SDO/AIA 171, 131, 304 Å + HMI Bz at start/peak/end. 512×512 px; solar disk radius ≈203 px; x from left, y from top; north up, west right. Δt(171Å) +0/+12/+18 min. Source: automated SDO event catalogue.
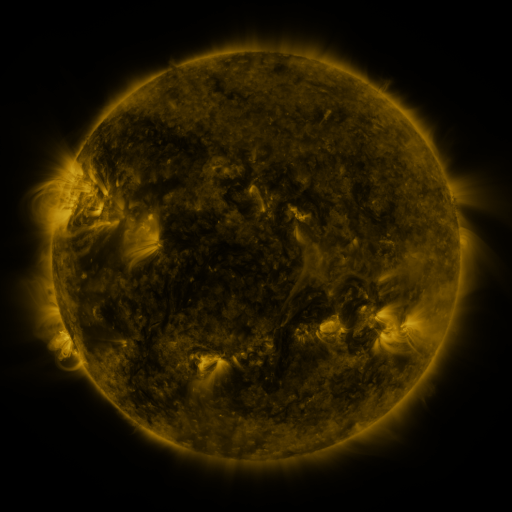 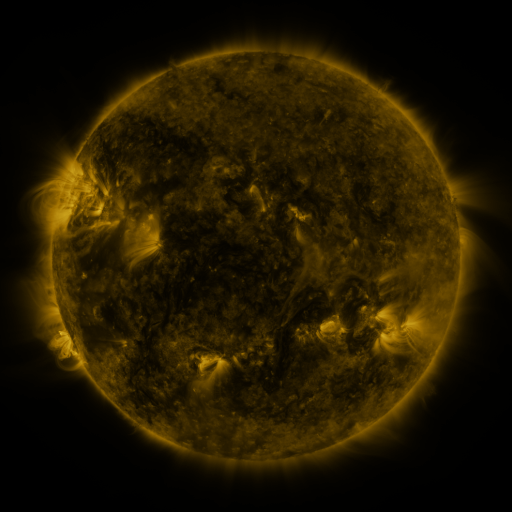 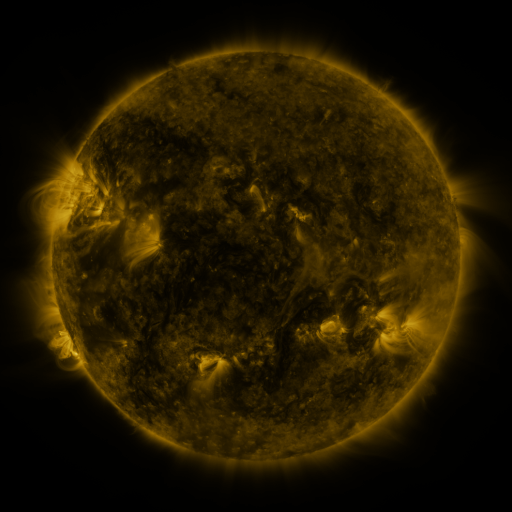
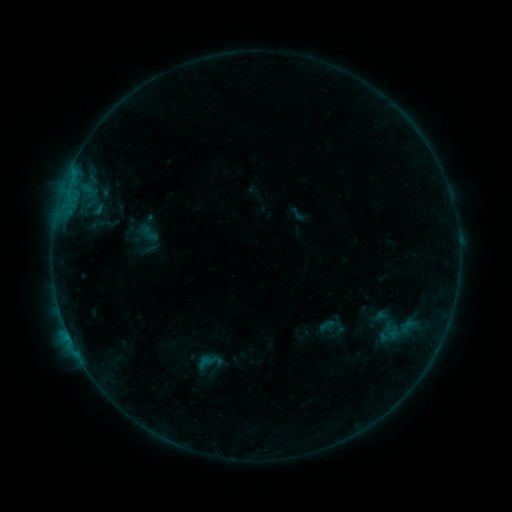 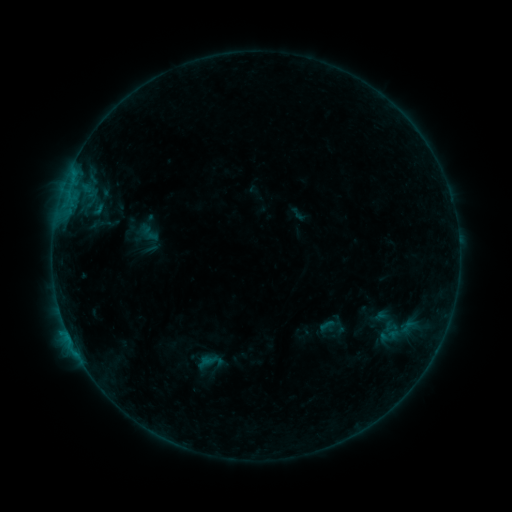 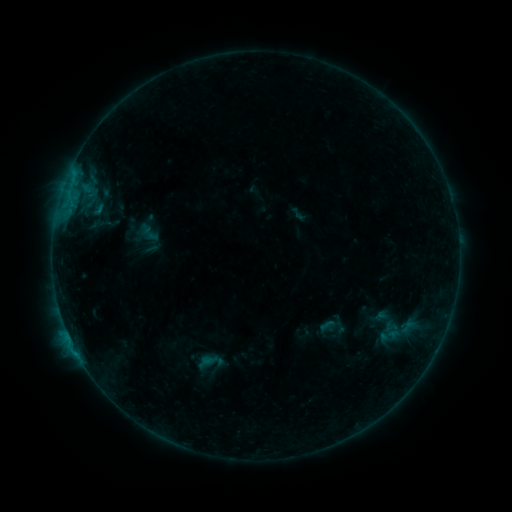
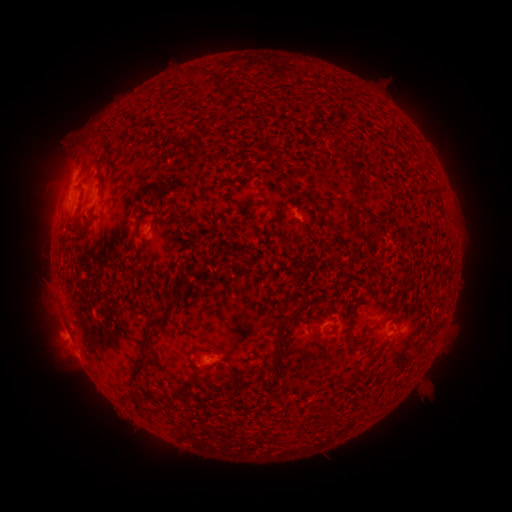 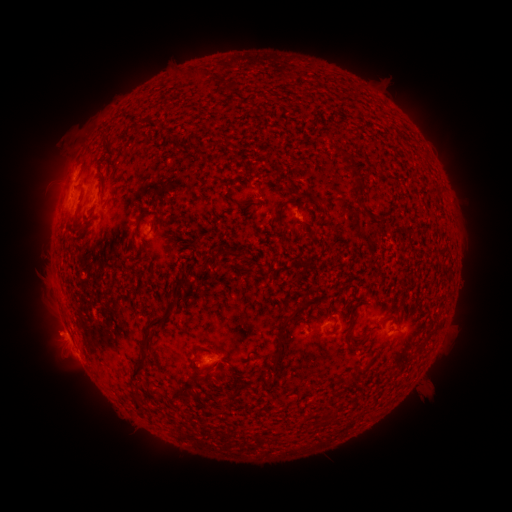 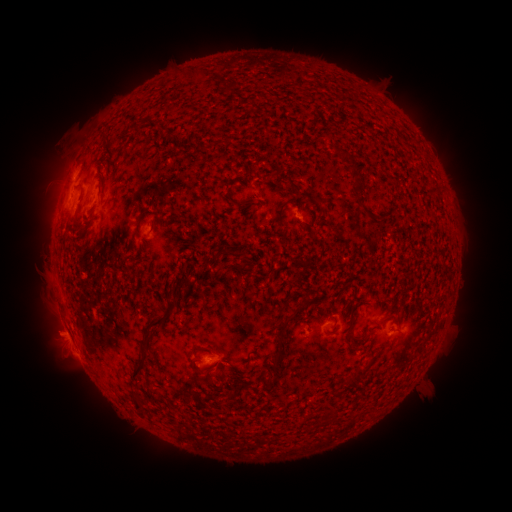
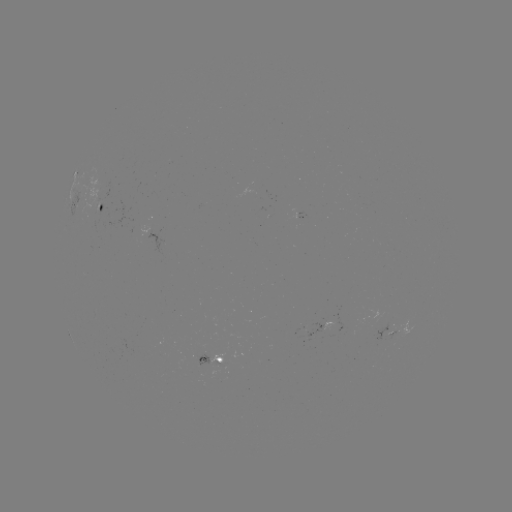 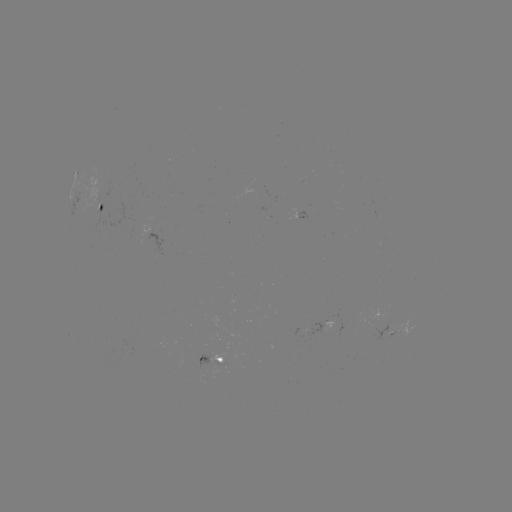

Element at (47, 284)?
eruption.